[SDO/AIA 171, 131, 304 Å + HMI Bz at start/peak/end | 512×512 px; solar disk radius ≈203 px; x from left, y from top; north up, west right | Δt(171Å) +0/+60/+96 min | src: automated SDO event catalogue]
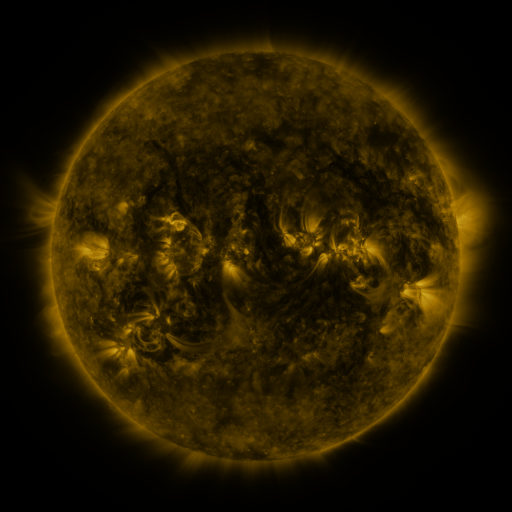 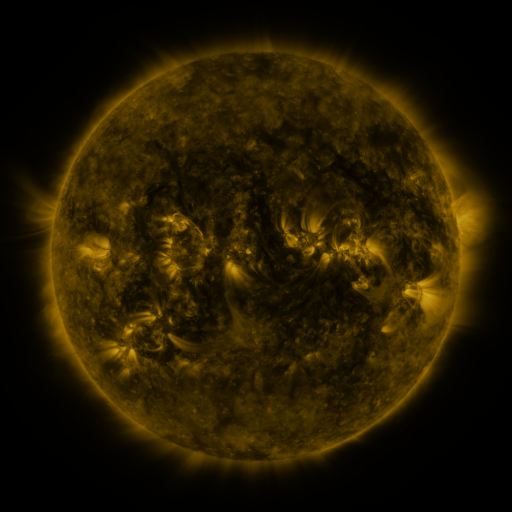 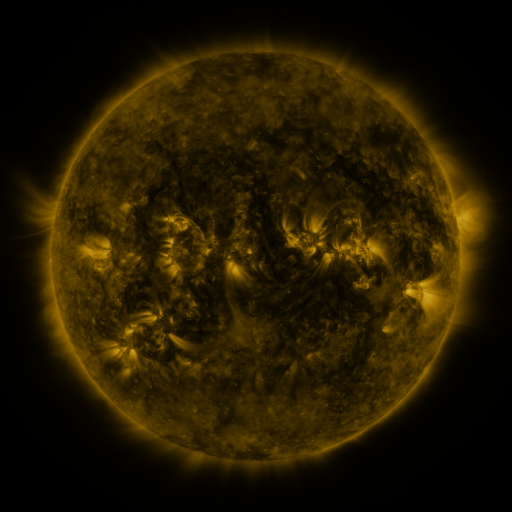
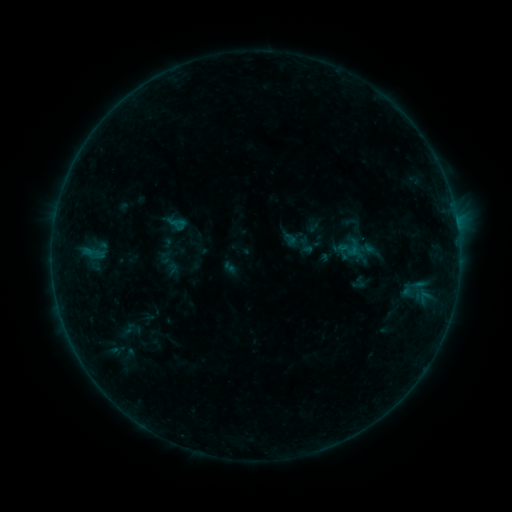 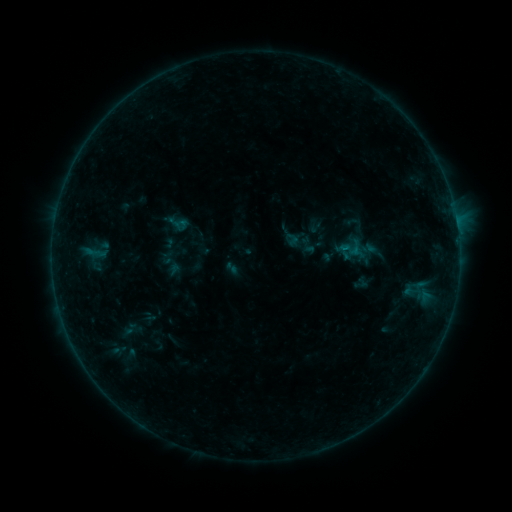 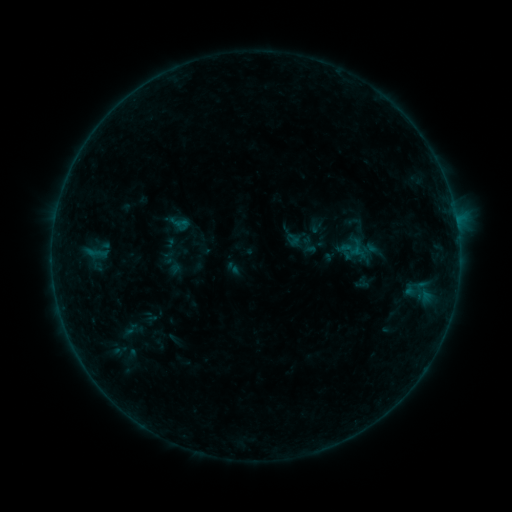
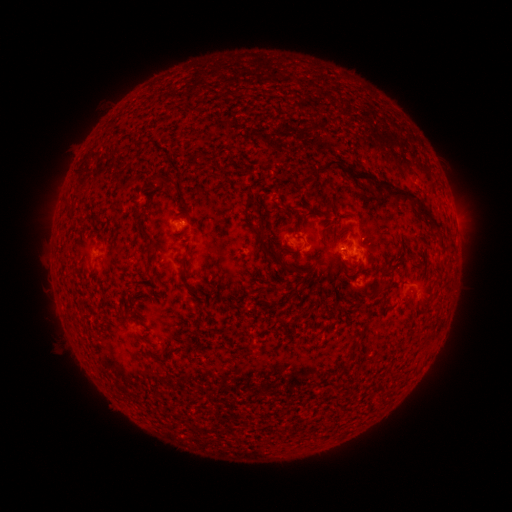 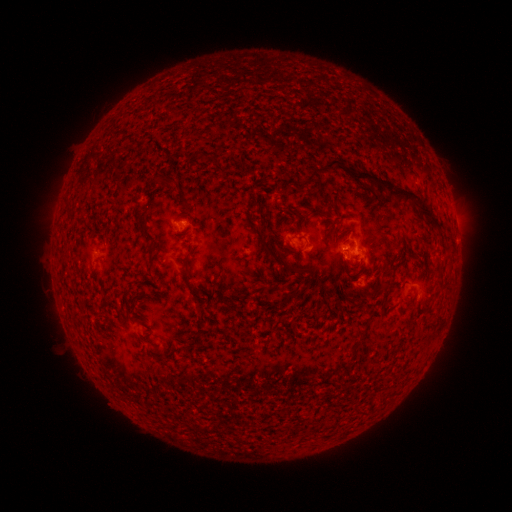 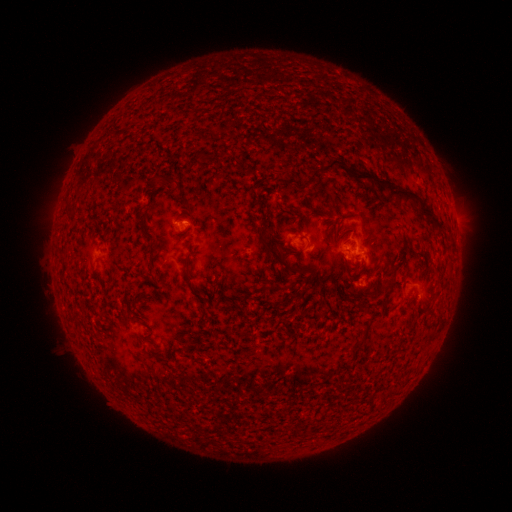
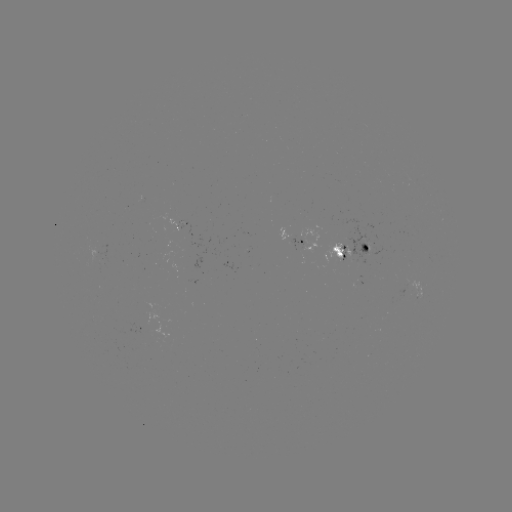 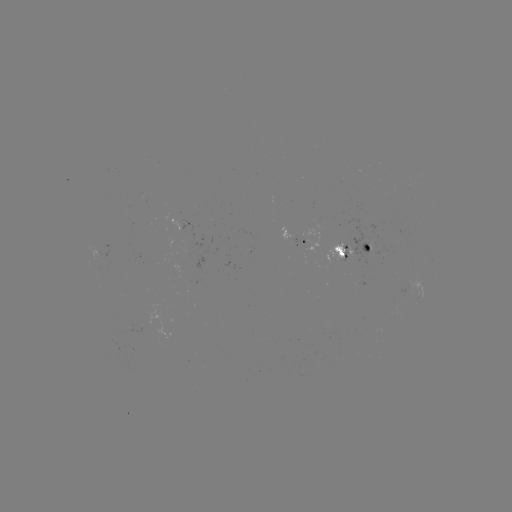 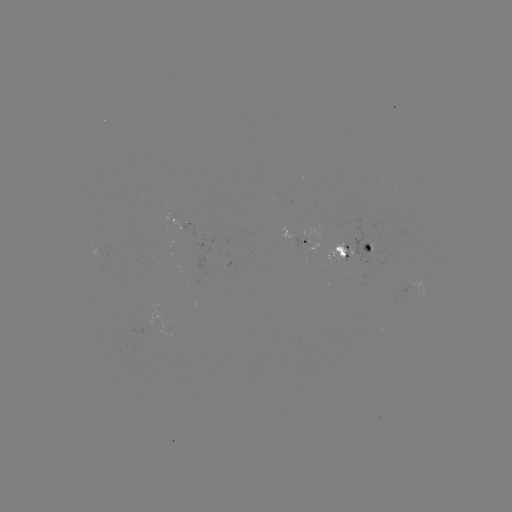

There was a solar emerging-flux region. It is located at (185, 224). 